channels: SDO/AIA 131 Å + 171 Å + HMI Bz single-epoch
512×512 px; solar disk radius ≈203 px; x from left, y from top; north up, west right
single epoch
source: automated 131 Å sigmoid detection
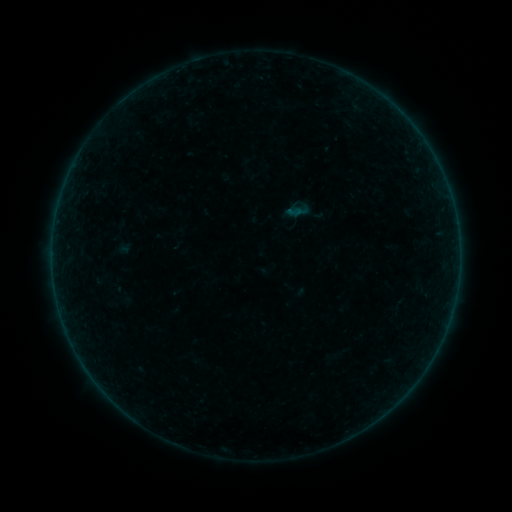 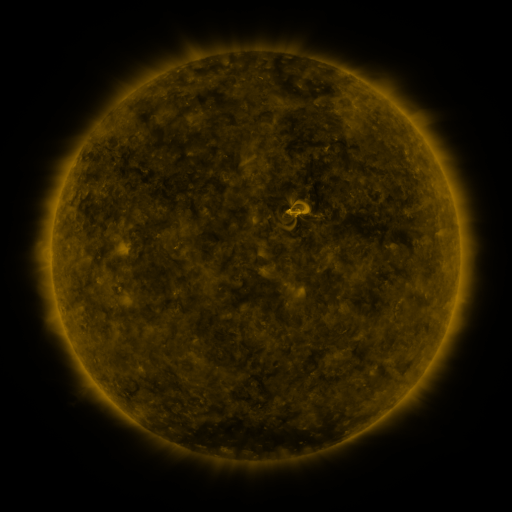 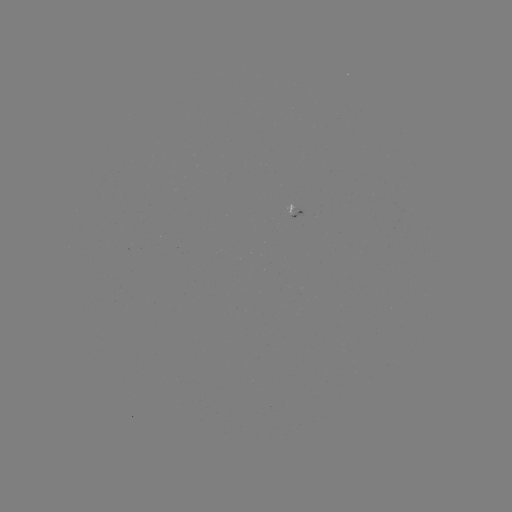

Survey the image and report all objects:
sigmoid: (294, 211)
